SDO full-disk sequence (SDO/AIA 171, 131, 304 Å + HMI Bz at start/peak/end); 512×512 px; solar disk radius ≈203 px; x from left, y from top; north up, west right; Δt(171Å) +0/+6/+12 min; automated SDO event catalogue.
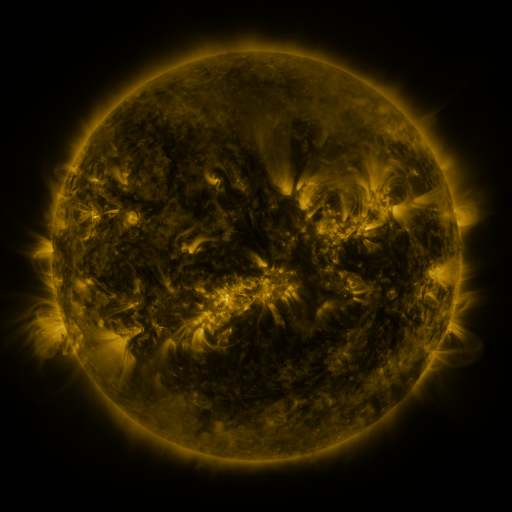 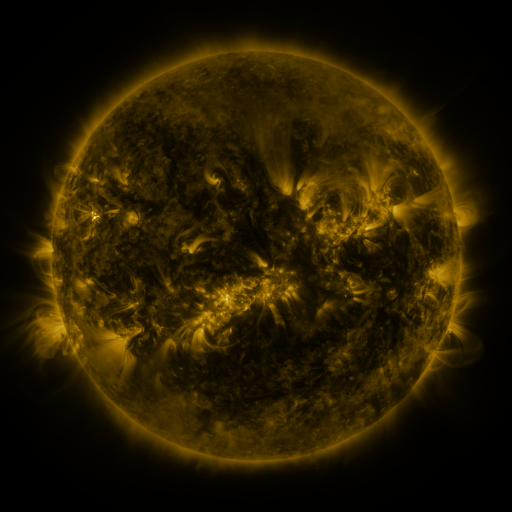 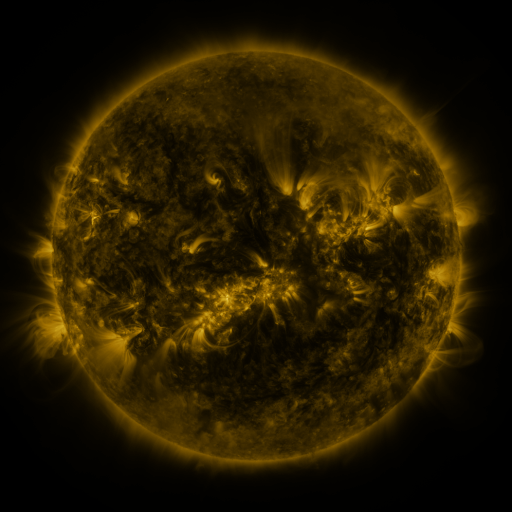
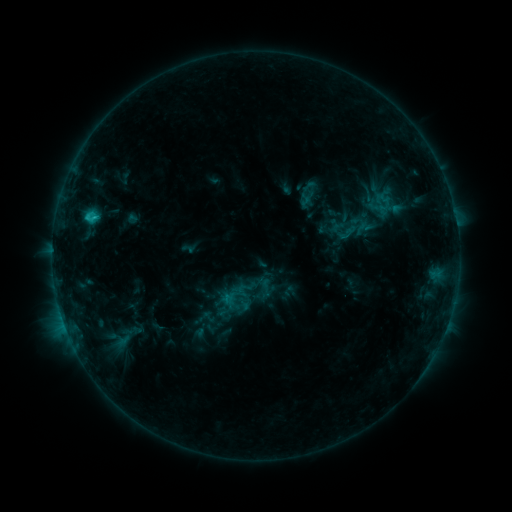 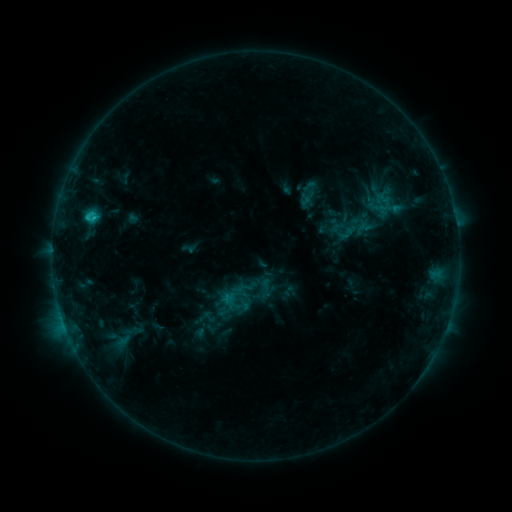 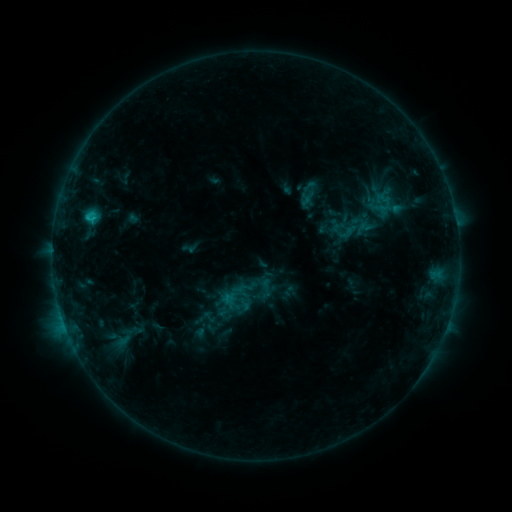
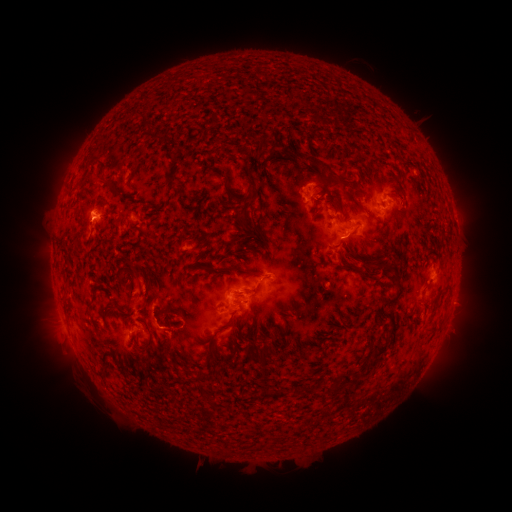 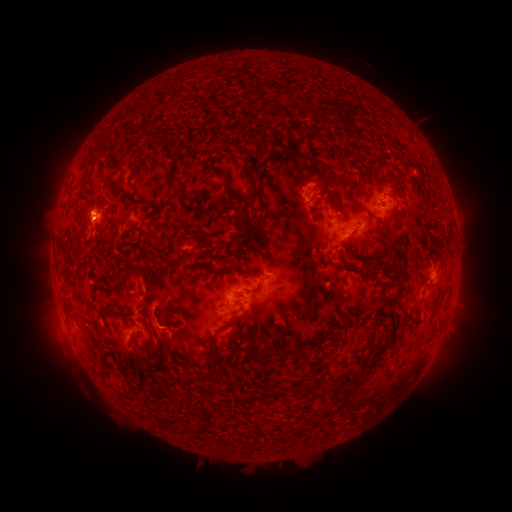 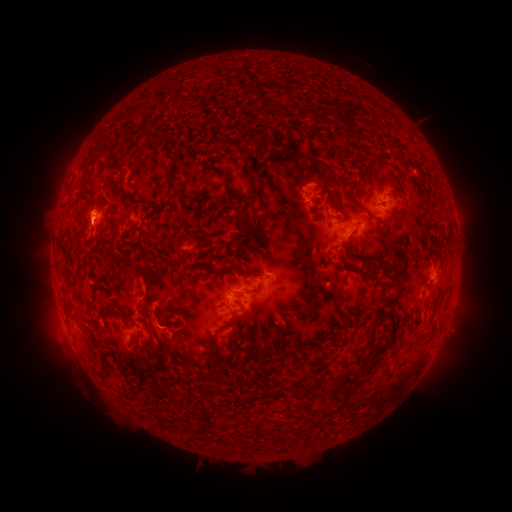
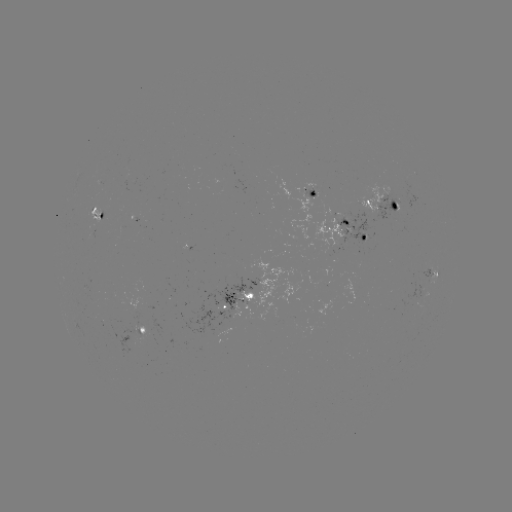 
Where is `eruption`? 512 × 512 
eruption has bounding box [108, 264, 156, 314].